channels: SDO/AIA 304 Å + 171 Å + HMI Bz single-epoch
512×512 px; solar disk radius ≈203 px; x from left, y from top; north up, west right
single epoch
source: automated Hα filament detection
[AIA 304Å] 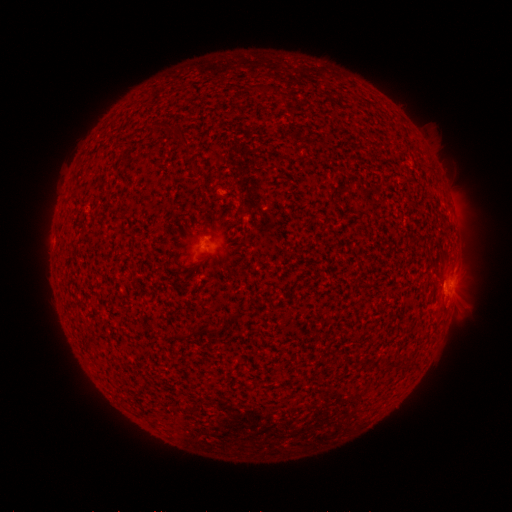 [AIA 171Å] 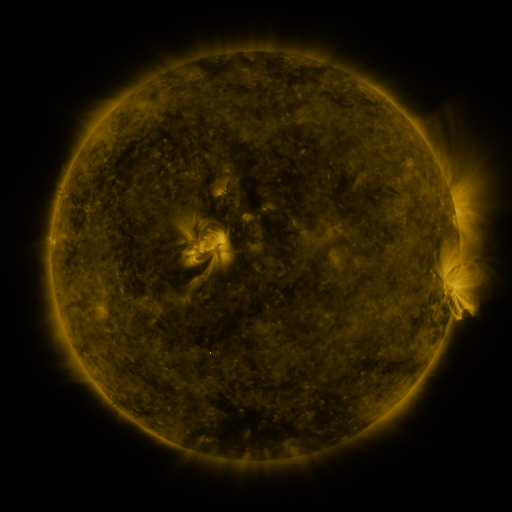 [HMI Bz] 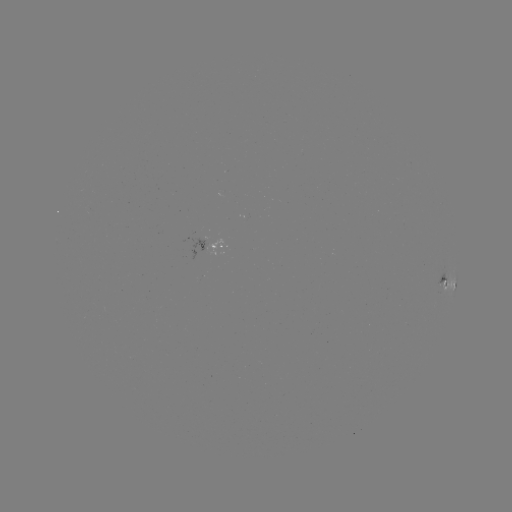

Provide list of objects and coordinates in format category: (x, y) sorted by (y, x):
filament: (259, 86)
filament: (281, 97)
filament: (178, 137)
filament: (185, 142)
filament: (196, 167)
filament: (197, 331)
